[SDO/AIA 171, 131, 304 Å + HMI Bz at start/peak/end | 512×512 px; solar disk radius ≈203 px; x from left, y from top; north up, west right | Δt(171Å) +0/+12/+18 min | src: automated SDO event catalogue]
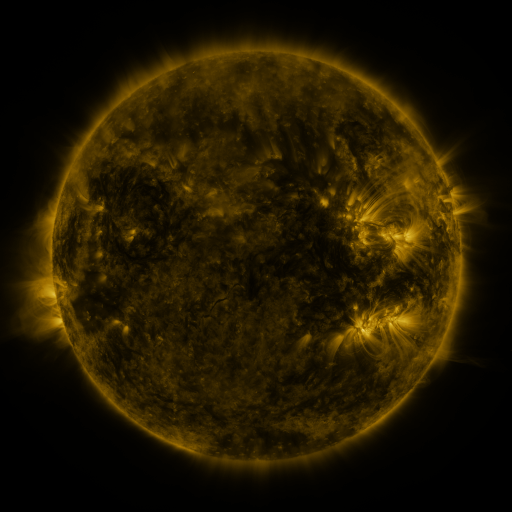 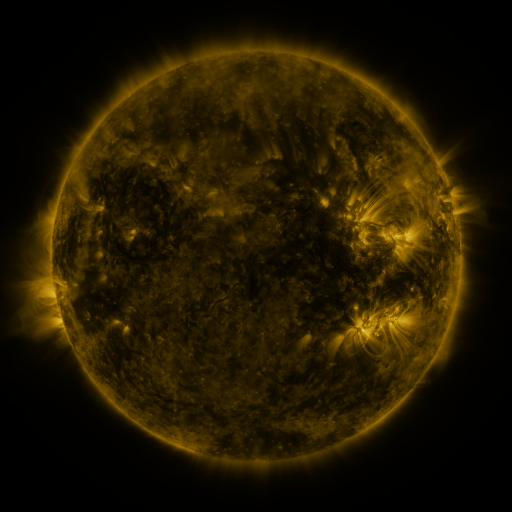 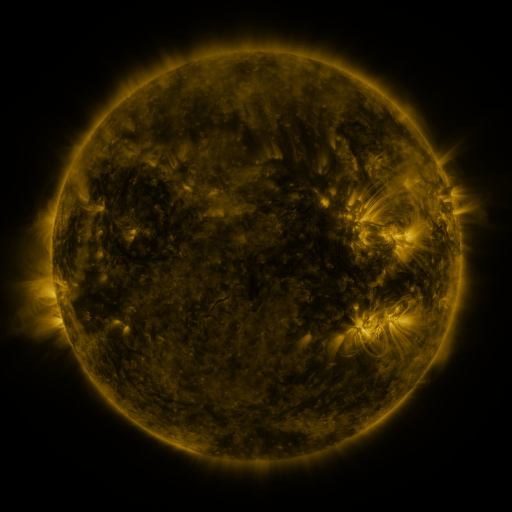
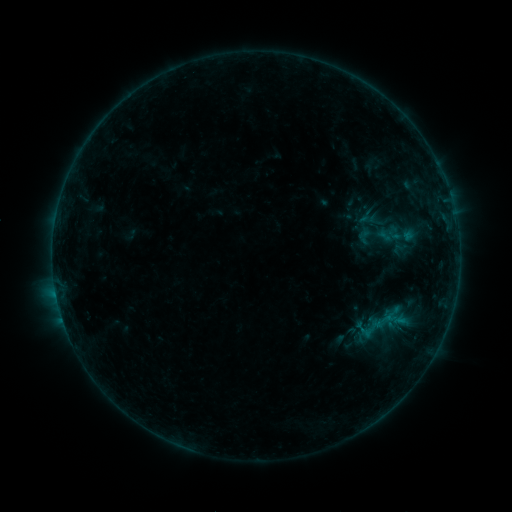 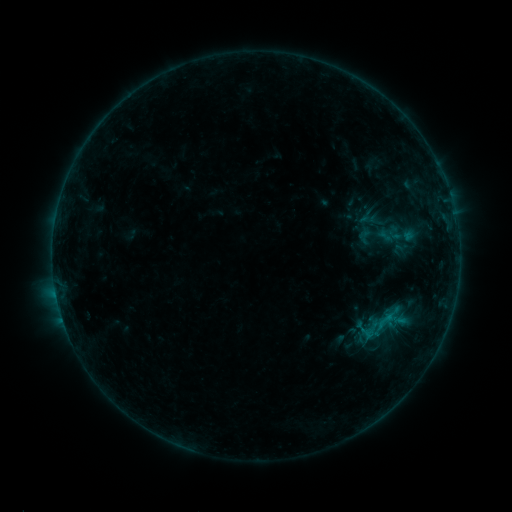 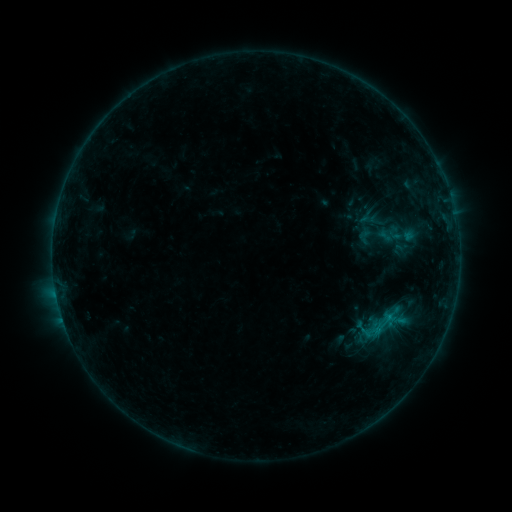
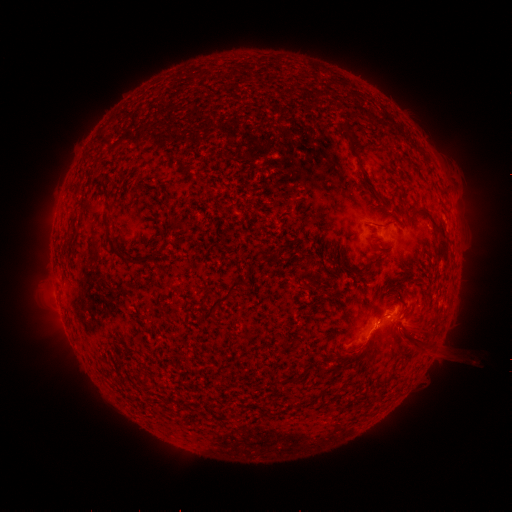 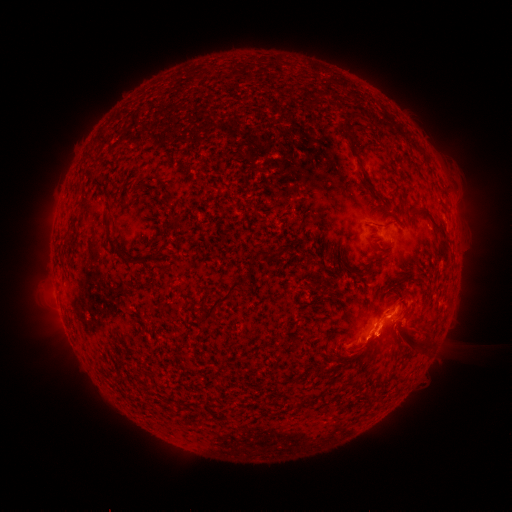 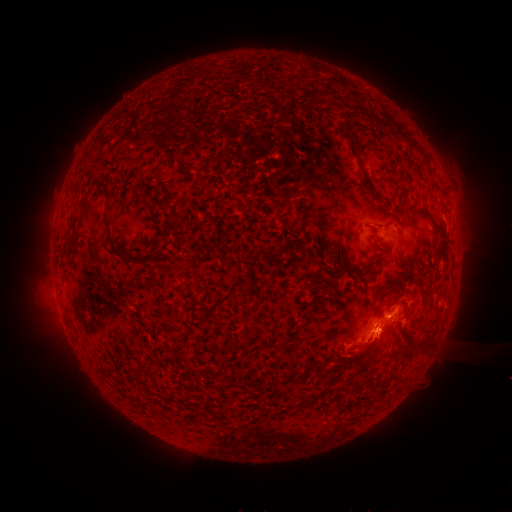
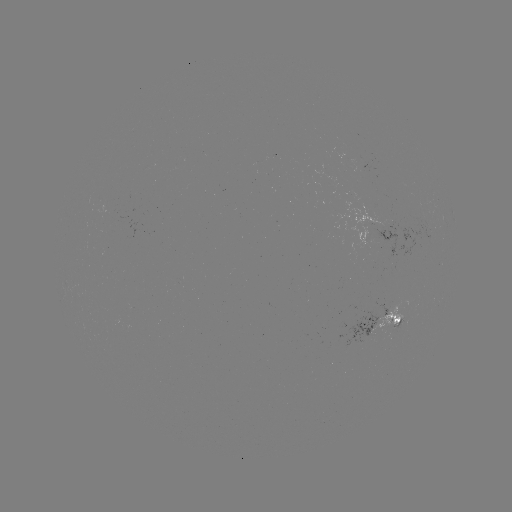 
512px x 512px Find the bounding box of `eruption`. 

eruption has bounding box [339, 279, 411, 367].